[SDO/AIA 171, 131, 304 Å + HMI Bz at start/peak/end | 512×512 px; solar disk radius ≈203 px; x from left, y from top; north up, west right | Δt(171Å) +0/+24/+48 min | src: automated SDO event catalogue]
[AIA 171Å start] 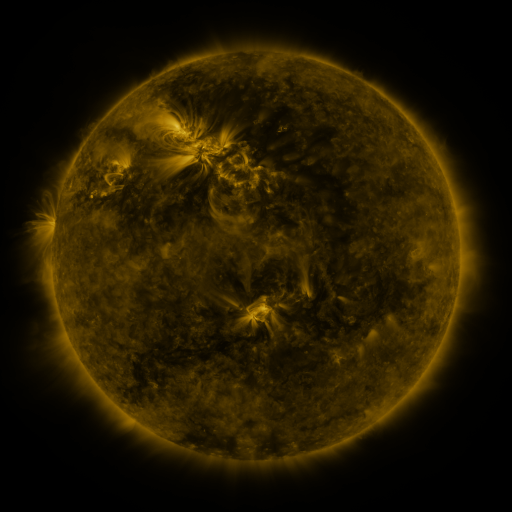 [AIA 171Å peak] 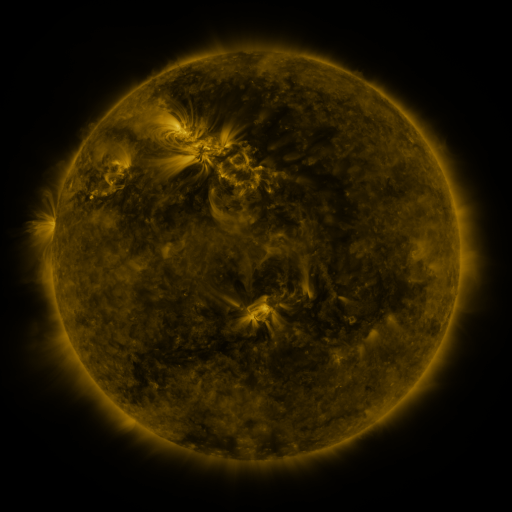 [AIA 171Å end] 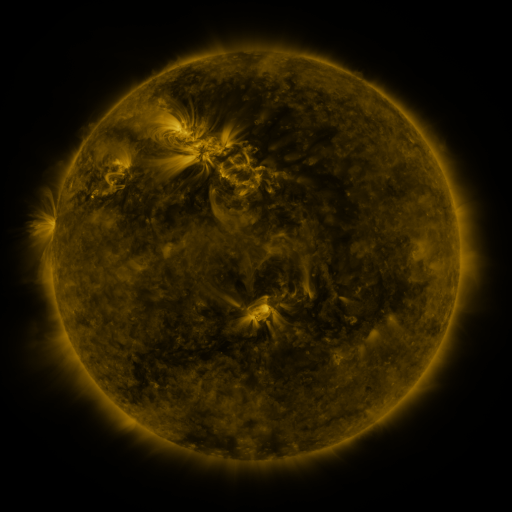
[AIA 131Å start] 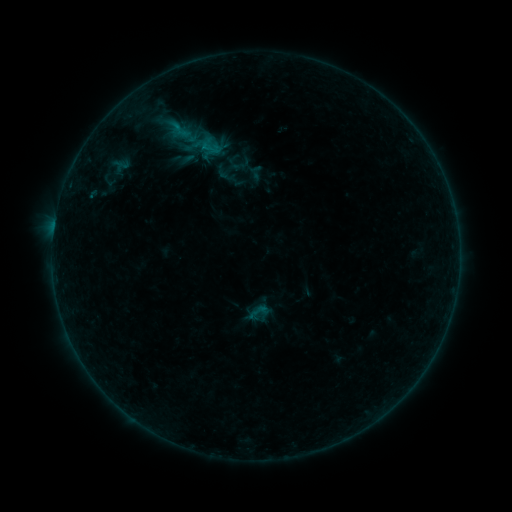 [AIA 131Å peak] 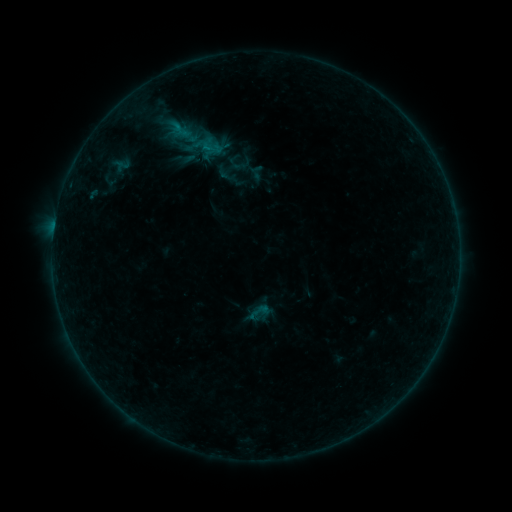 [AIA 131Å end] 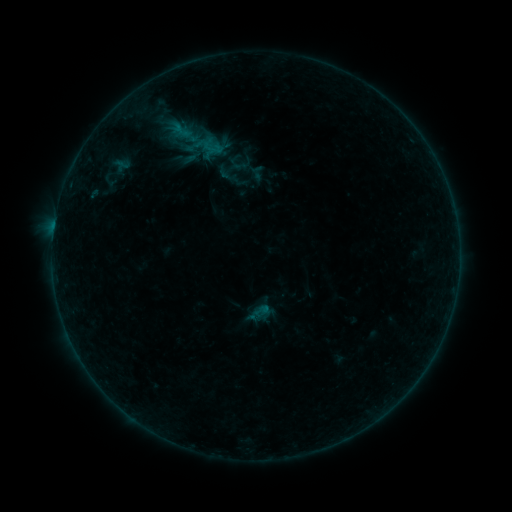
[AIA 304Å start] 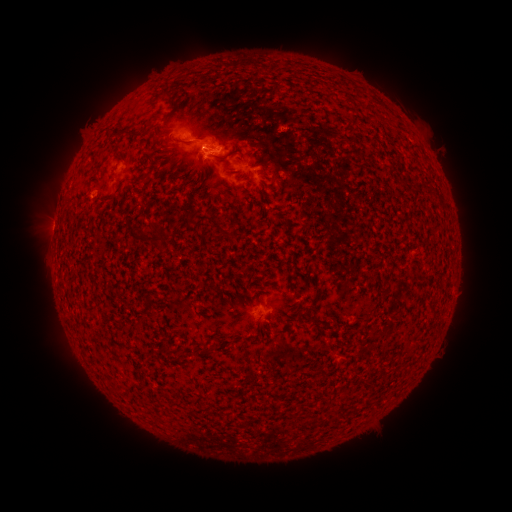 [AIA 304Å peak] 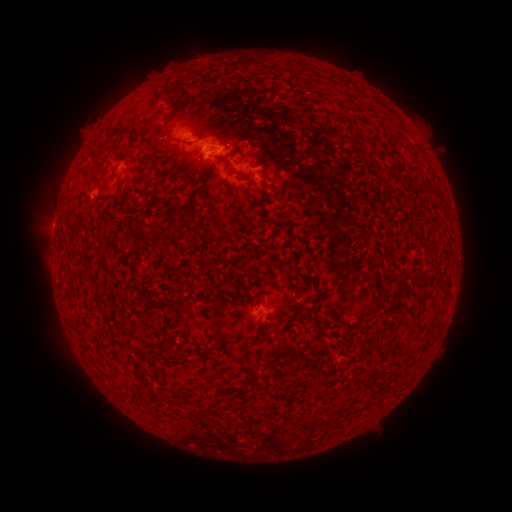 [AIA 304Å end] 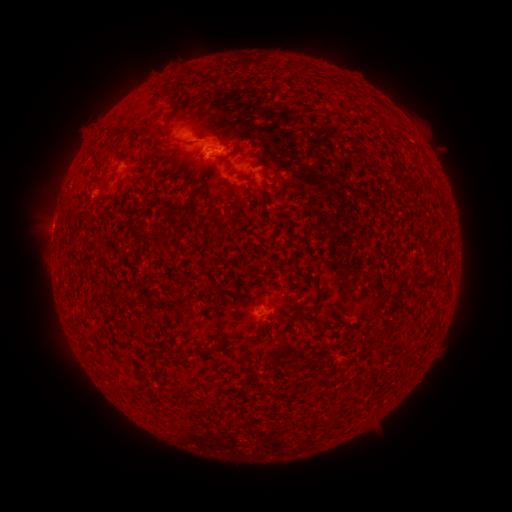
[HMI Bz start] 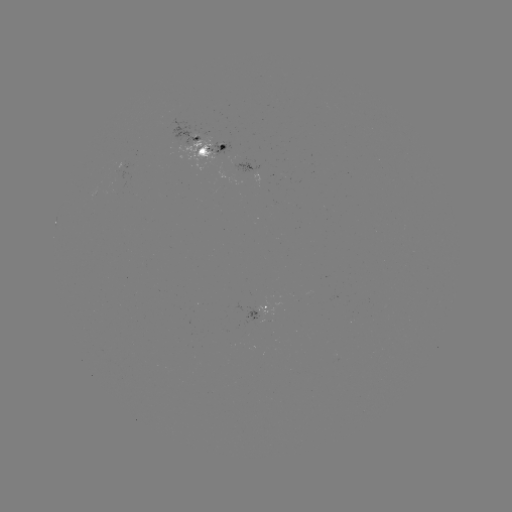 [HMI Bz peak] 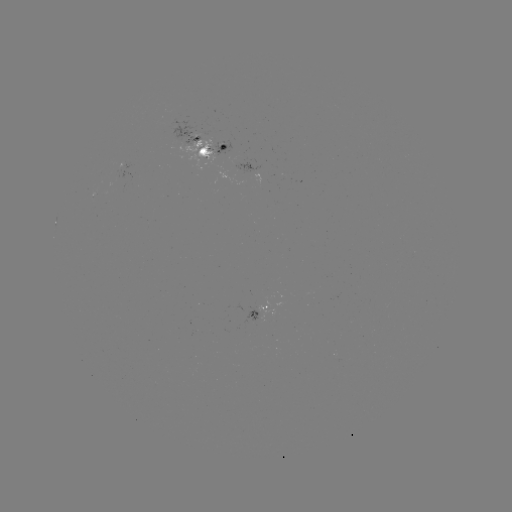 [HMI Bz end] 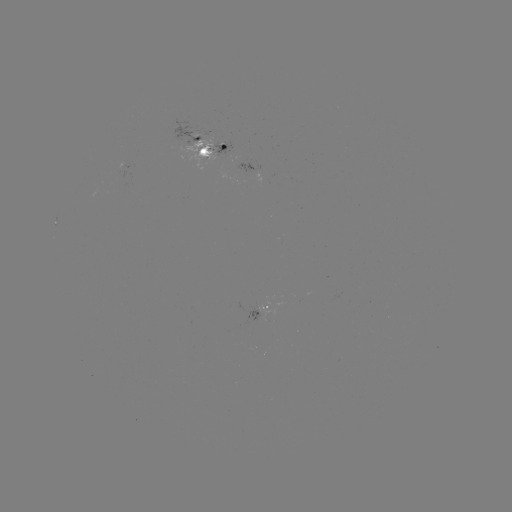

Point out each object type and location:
emerging-flux region: (207, 152)
